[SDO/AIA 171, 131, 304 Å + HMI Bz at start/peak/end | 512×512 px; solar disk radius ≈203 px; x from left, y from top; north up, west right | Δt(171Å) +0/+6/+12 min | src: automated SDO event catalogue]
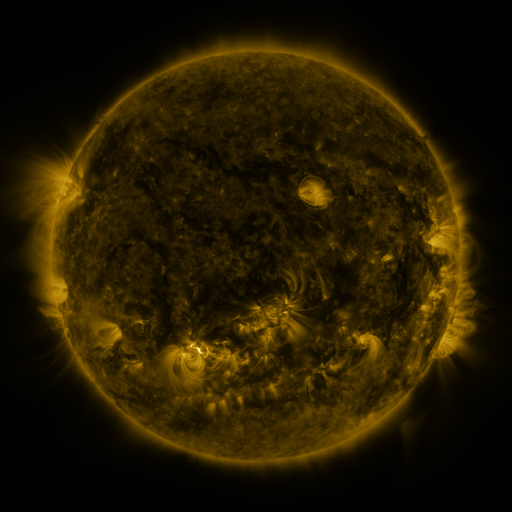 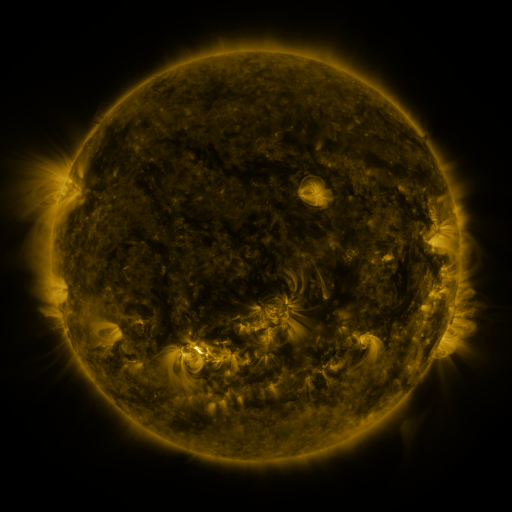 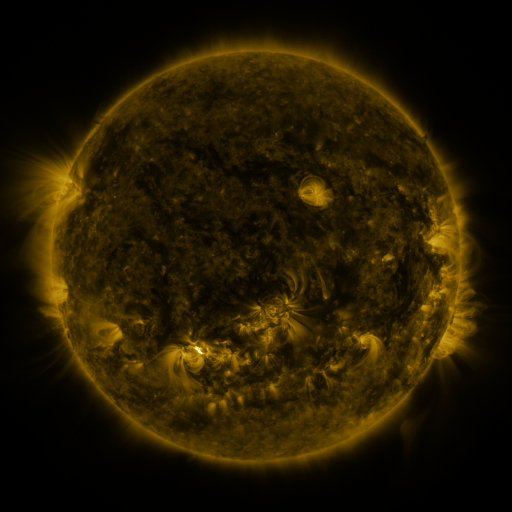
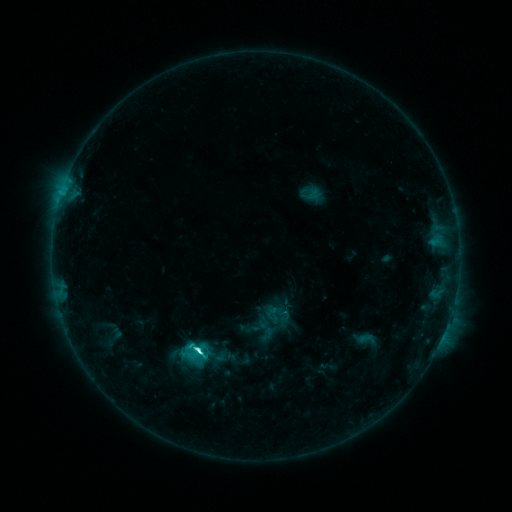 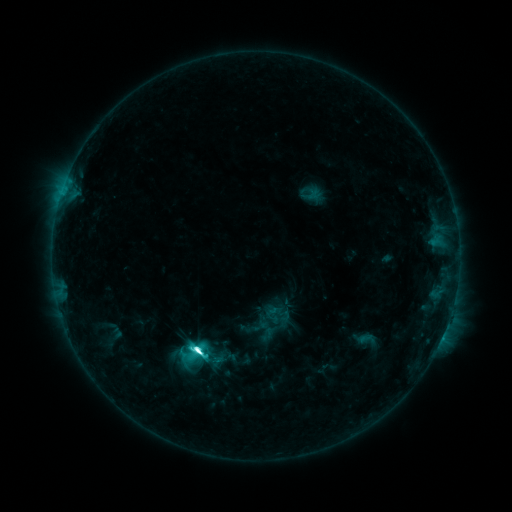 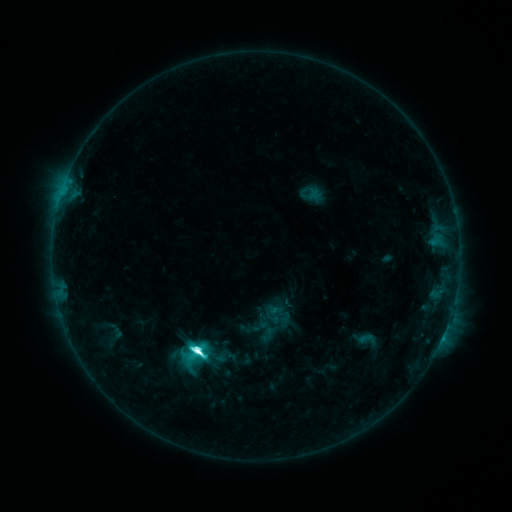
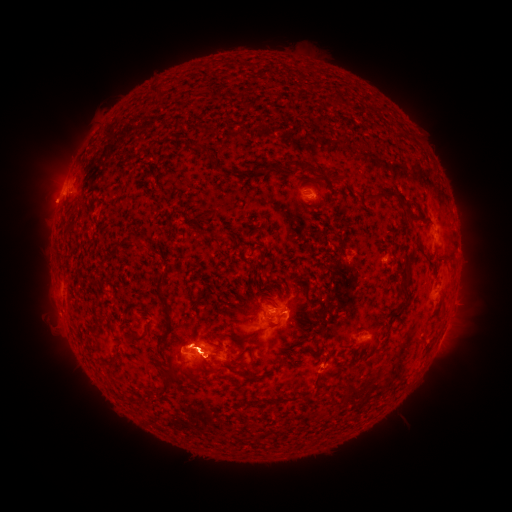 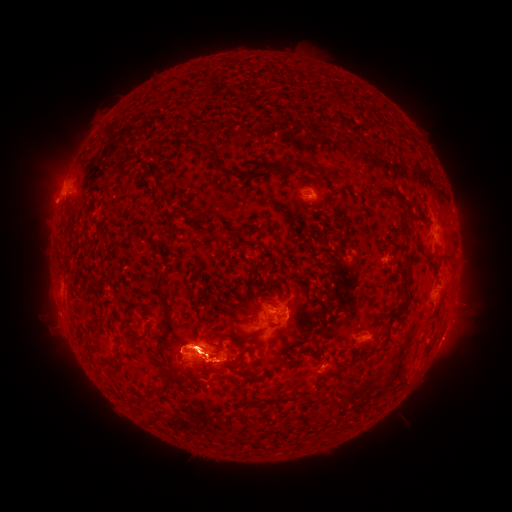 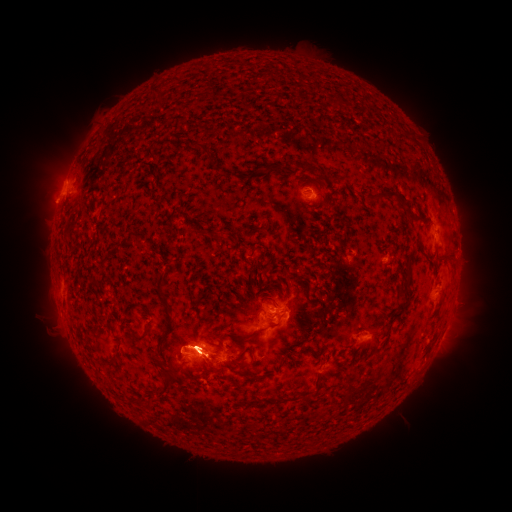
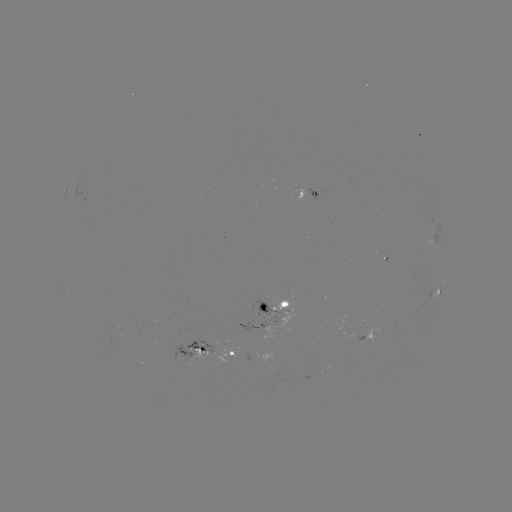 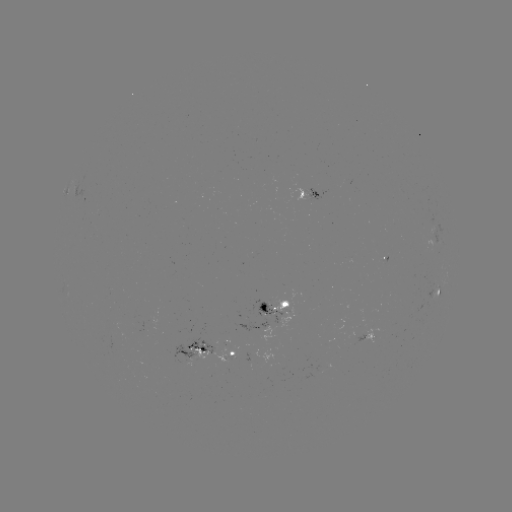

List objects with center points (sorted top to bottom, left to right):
eruption: (51, 182)
